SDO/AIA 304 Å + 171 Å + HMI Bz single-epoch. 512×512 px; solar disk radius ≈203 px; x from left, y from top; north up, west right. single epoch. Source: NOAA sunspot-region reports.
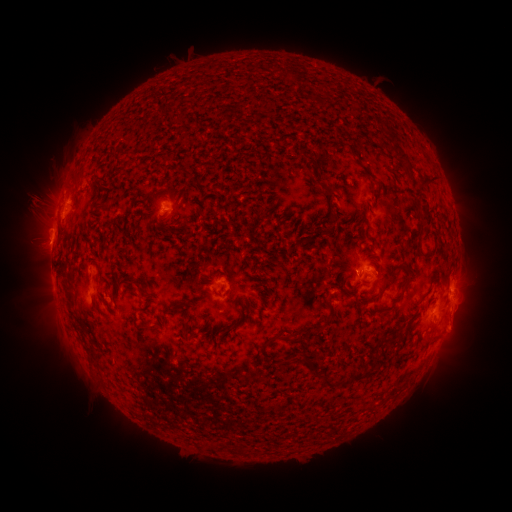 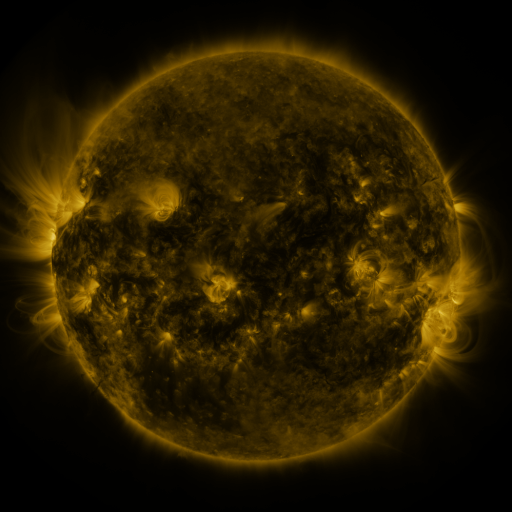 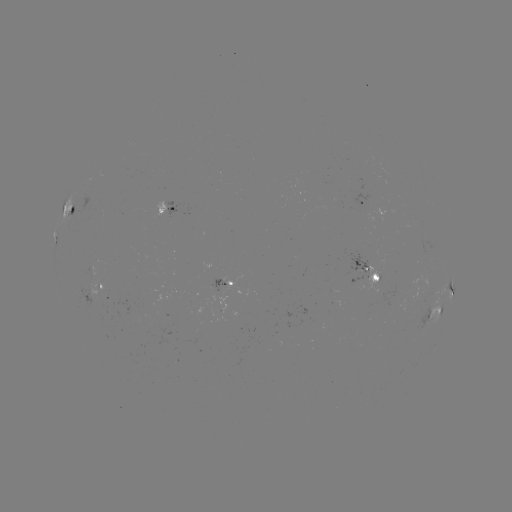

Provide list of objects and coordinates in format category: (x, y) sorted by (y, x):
spotted active region: (364, 202)
spotted active region: (167, 209)
spotted active region: (71, 215)
spotted active region: (369, 270)
spotted active region: (228, 285)
spotted active region: (452, 285)
spotted active region: (101, 290)
spotted active region: (436, 310)
